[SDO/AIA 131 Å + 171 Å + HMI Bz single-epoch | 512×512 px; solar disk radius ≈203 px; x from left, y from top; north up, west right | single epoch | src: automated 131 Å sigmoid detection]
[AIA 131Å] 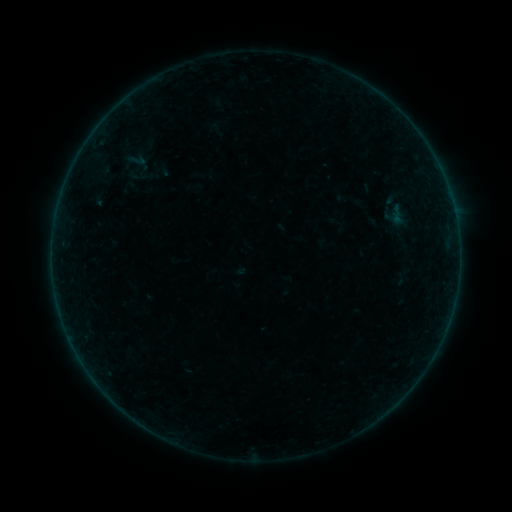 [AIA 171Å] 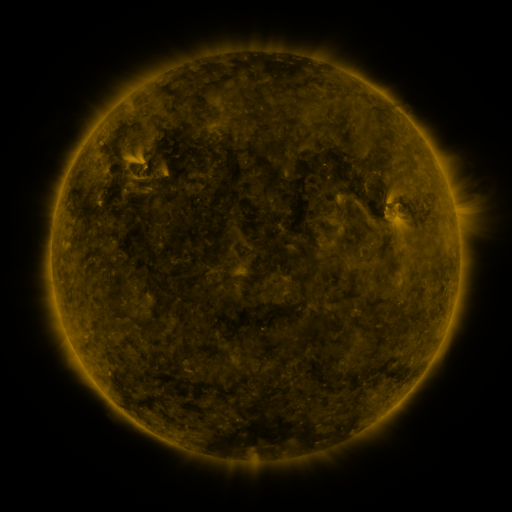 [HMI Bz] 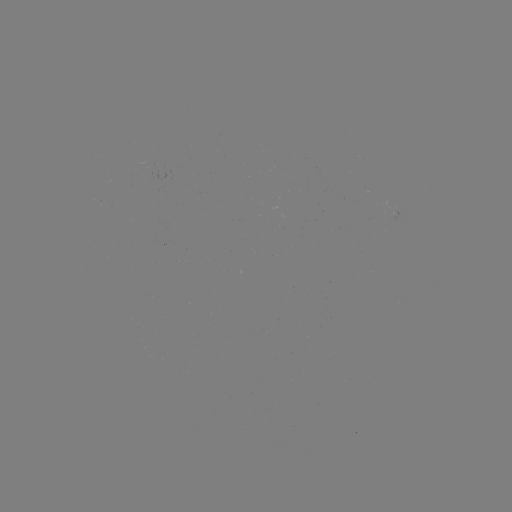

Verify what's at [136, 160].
sigmoid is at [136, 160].